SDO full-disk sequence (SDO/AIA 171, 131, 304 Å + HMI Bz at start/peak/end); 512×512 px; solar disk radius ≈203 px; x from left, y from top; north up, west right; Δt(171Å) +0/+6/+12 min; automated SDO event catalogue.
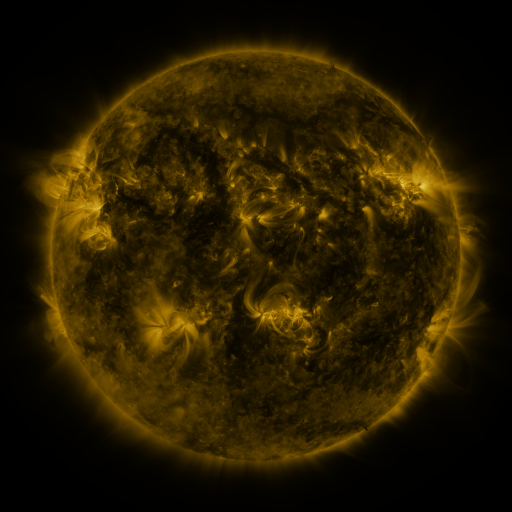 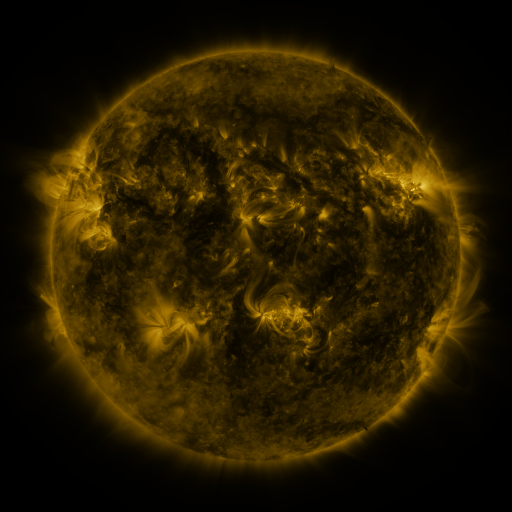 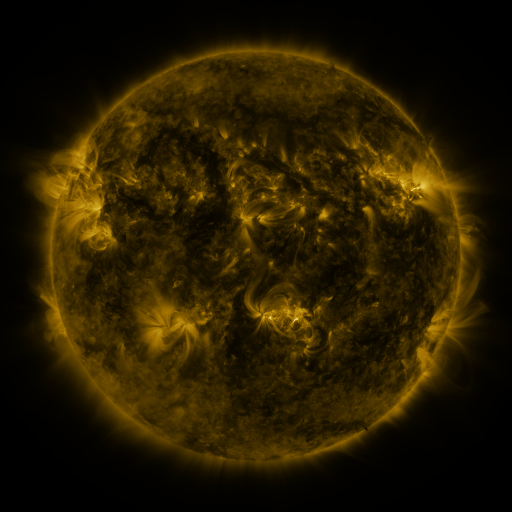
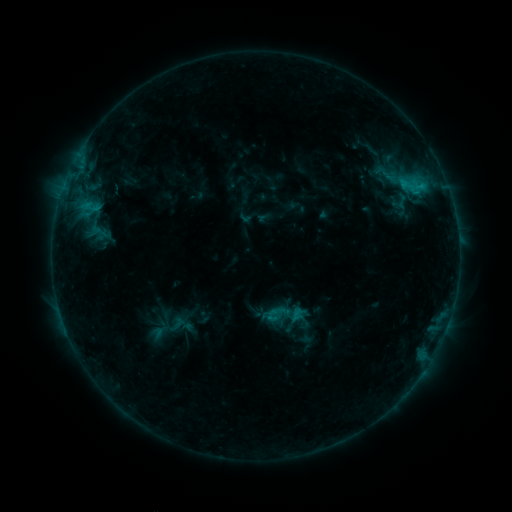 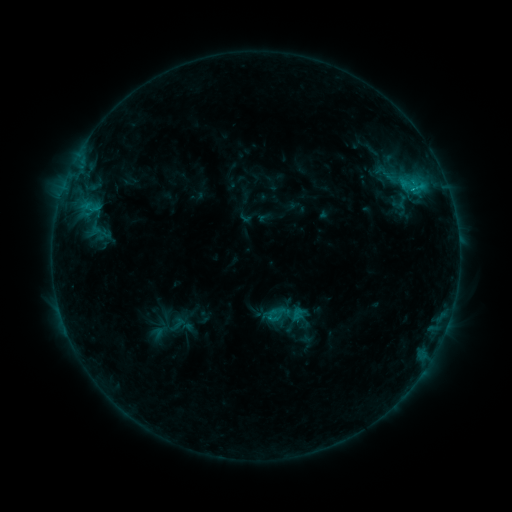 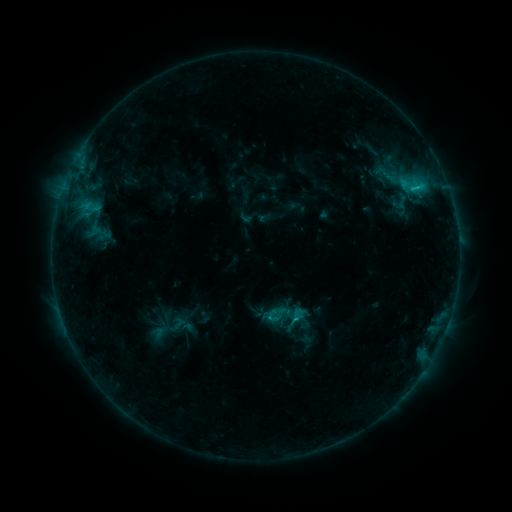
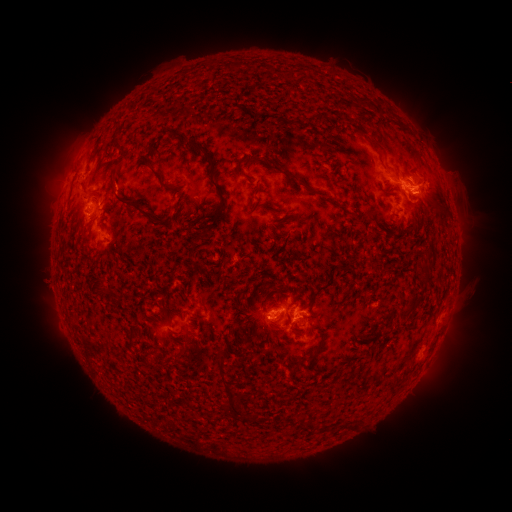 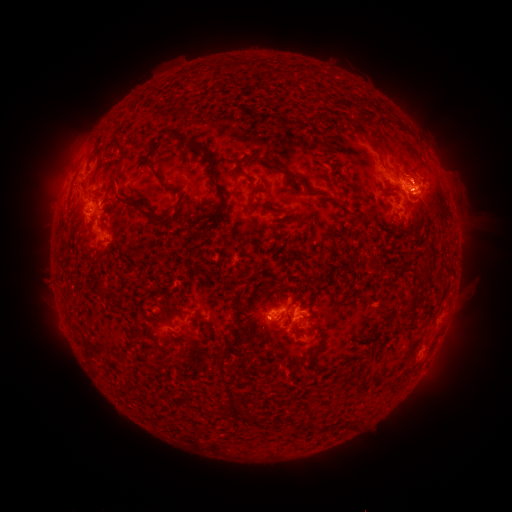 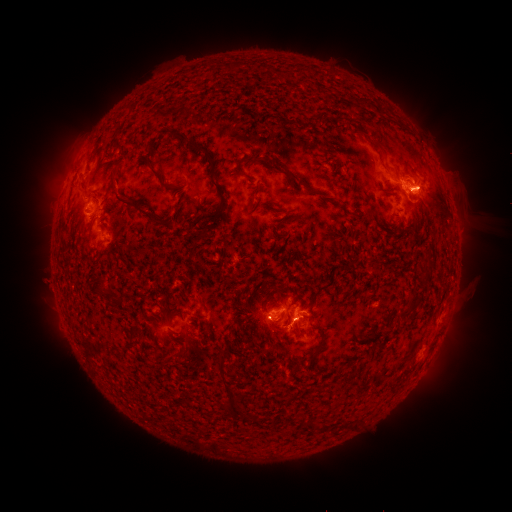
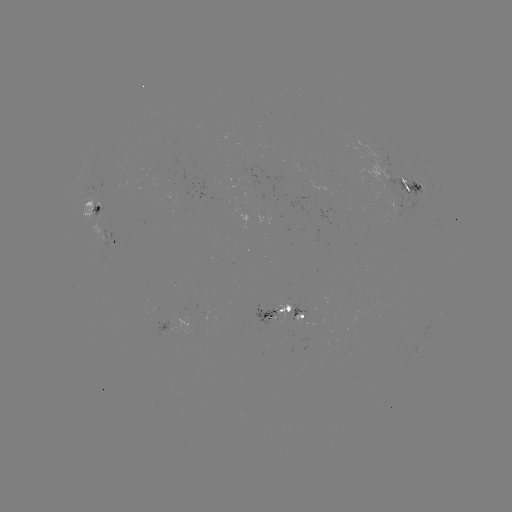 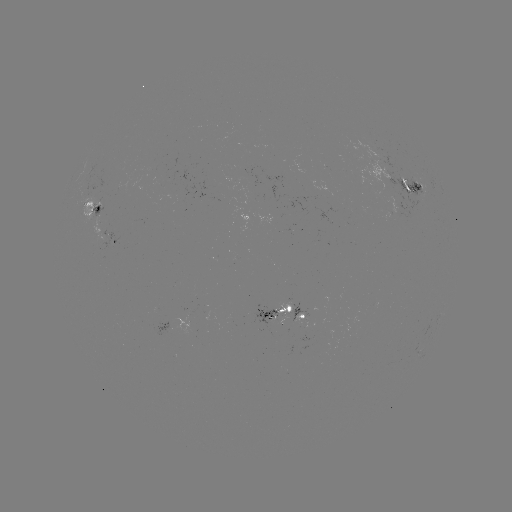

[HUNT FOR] eruption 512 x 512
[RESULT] (417, 168)